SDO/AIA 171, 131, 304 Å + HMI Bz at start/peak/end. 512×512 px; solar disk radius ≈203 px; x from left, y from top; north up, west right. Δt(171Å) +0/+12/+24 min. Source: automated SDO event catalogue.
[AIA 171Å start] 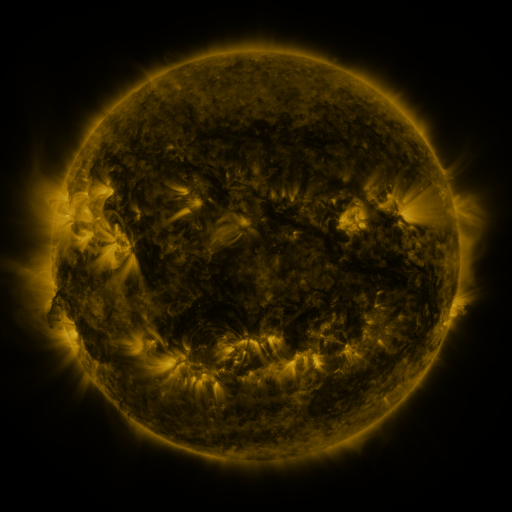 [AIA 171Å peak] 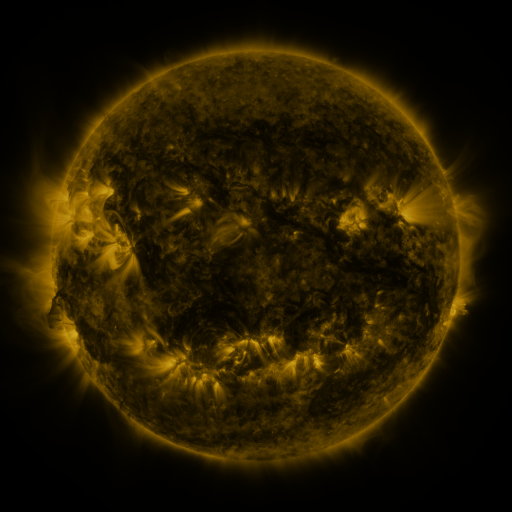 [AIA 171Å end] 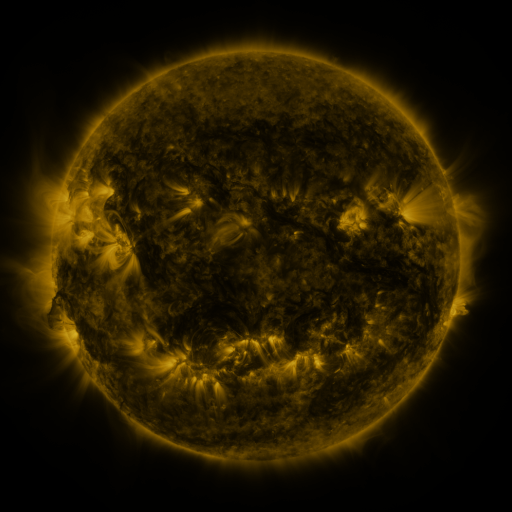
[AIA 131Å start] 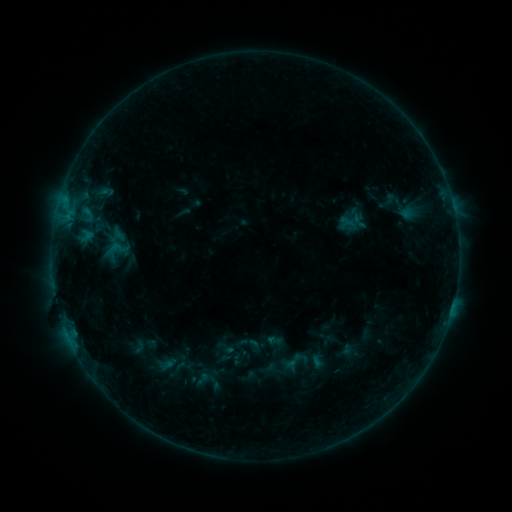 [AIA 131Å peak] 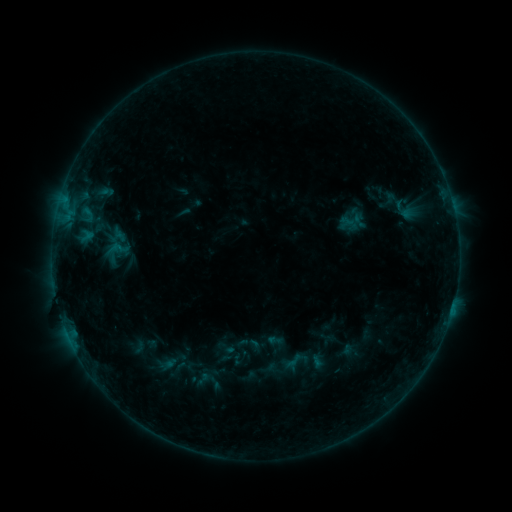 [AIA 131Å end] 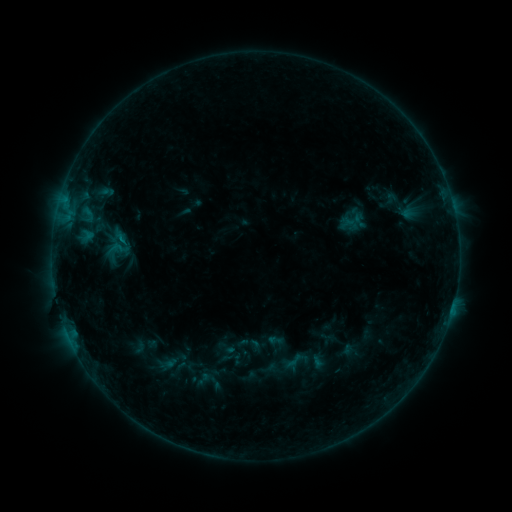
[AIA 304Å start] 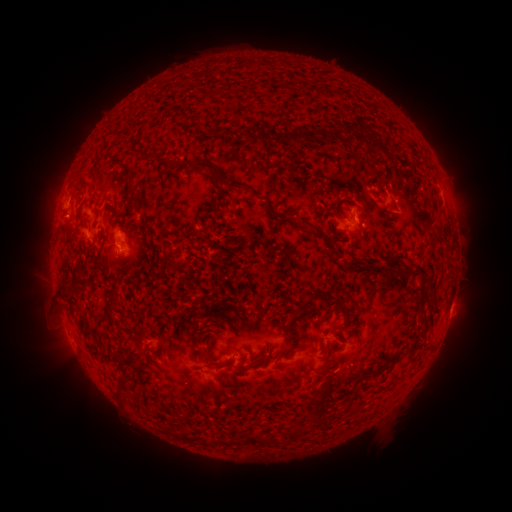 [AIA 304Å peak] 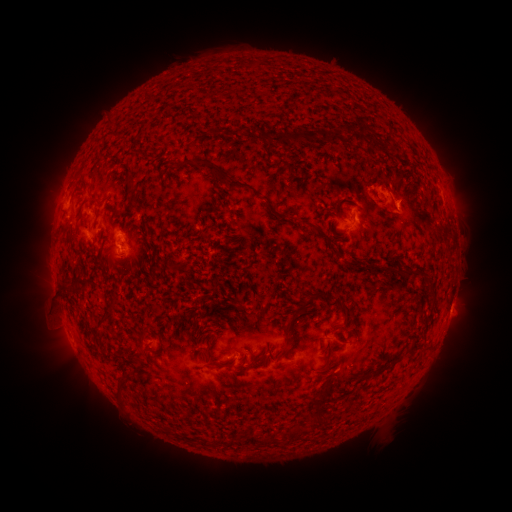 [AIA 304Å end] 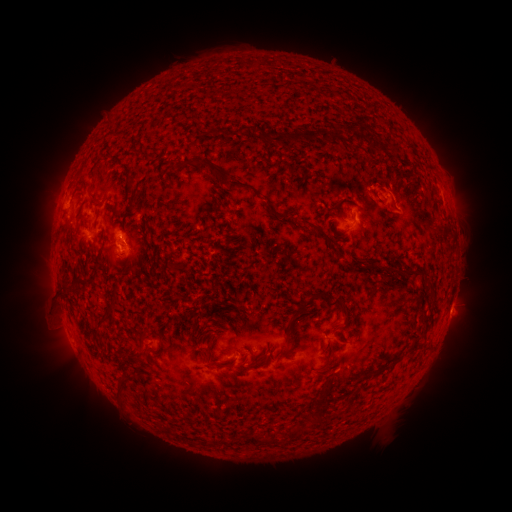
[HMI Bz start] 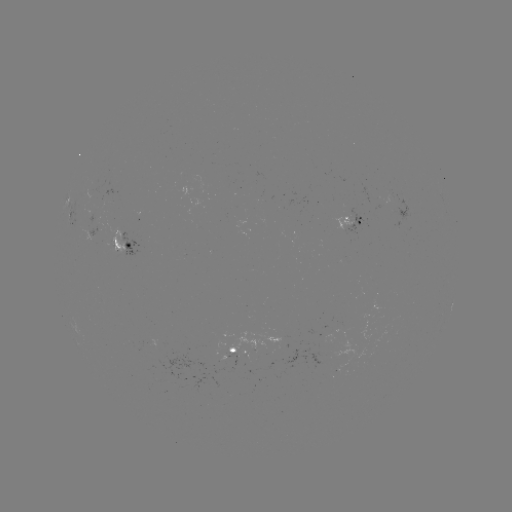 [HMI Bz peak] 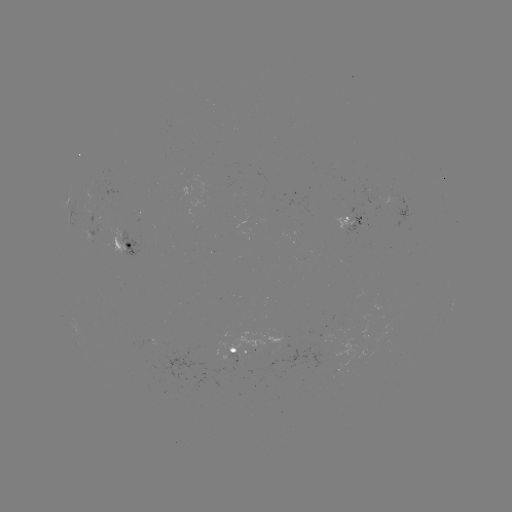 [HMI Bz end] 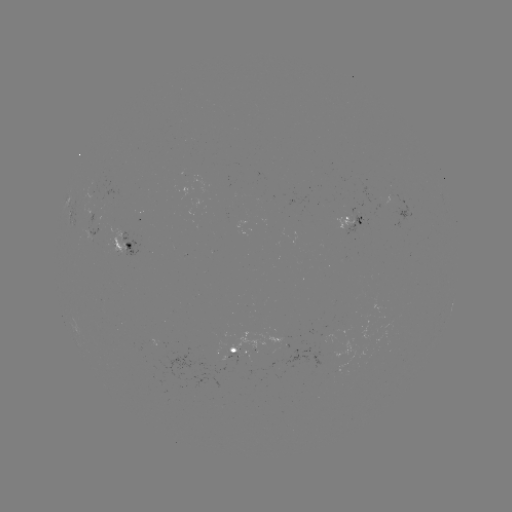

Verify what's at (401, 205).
eruption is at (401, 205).